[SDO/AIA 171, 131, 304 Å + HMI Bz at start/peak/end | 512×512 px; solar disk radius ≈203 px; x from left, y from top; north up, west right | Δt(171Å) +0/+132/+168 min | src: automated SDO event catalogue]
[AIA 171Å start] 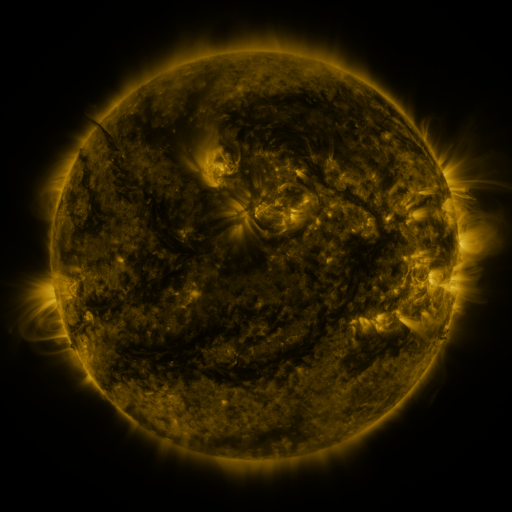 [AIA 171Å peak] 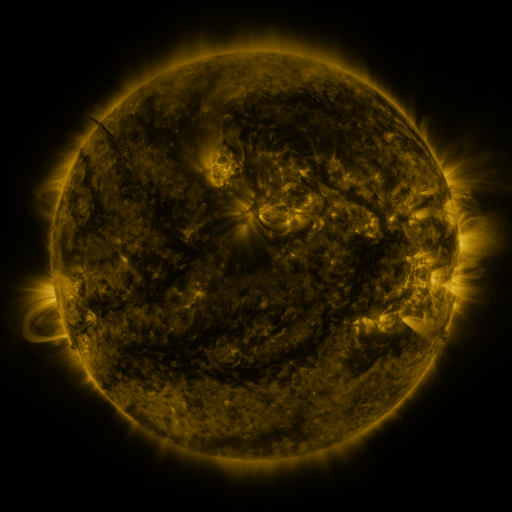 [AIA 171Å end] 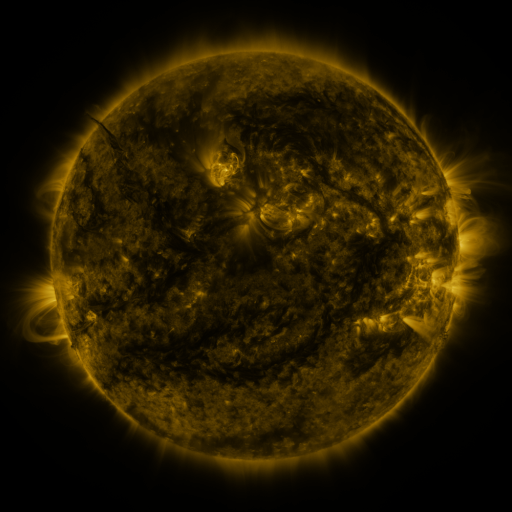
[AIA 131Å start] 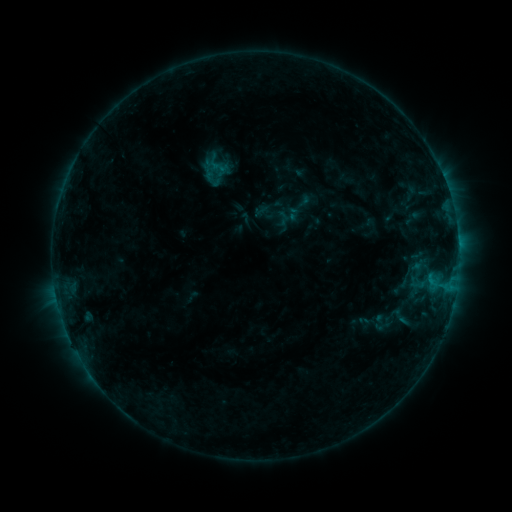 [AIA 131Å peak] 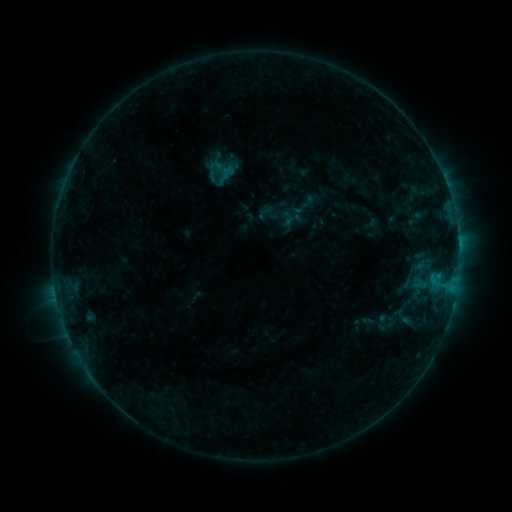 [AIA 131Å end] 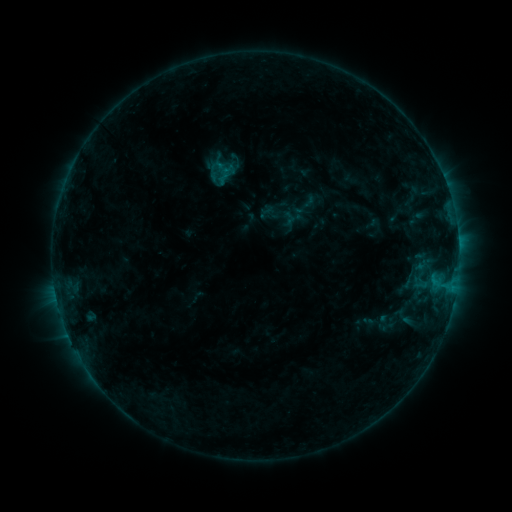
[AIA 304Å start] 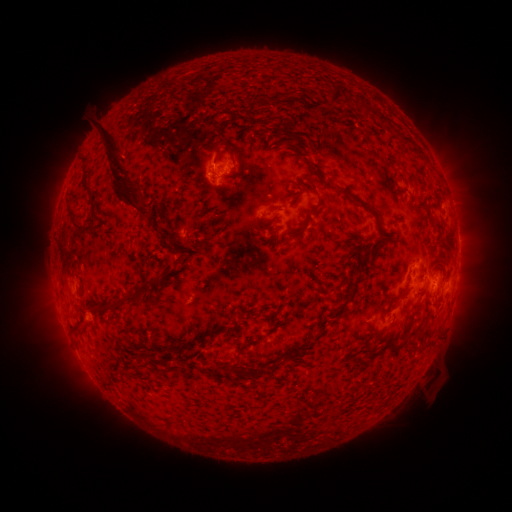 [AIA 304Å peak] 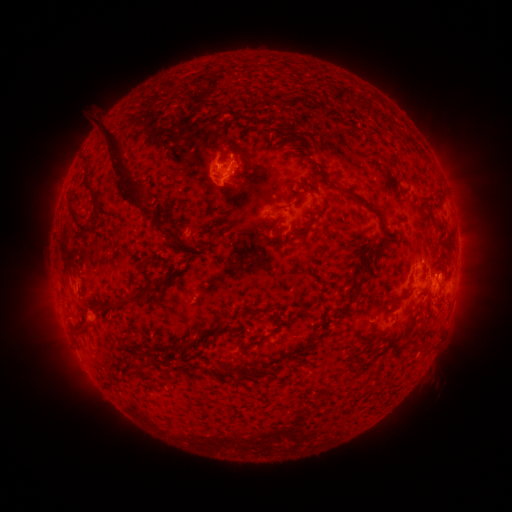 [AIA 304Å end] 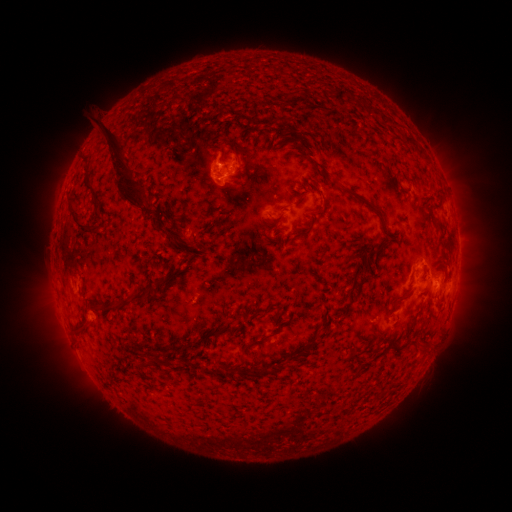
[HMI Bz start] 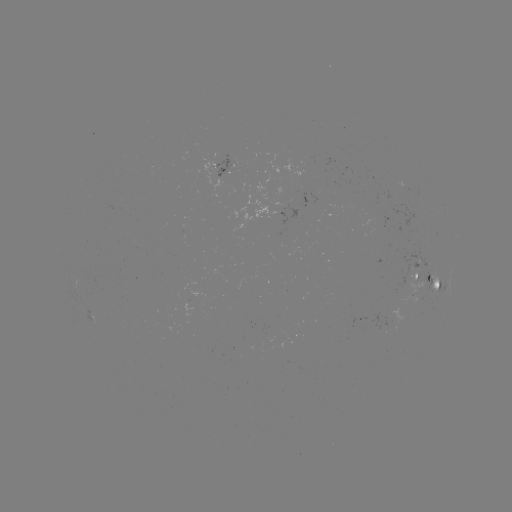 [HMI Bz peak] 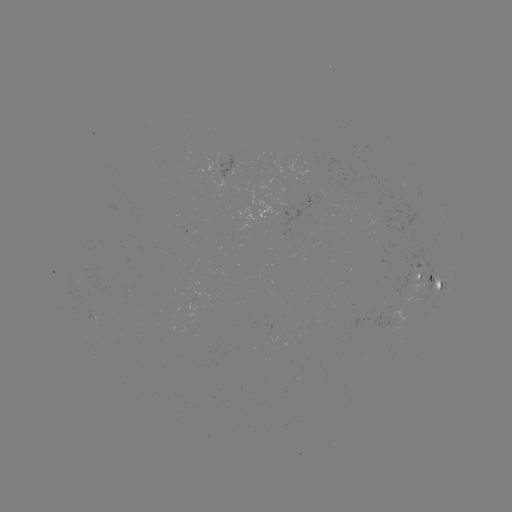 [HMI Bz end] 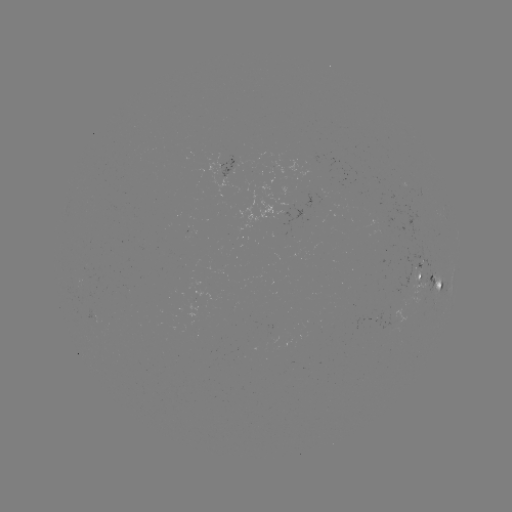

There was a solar emerging-flux region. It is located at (185, 234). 